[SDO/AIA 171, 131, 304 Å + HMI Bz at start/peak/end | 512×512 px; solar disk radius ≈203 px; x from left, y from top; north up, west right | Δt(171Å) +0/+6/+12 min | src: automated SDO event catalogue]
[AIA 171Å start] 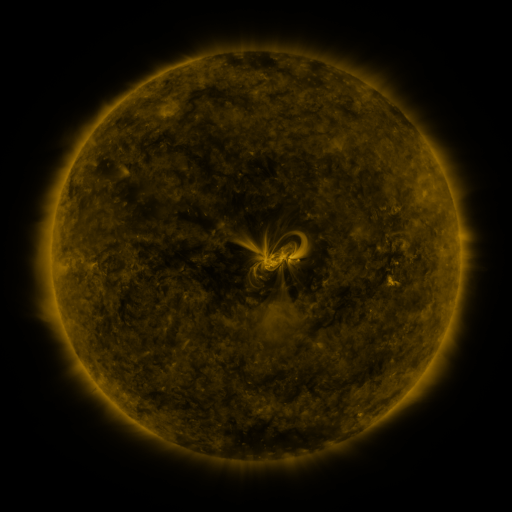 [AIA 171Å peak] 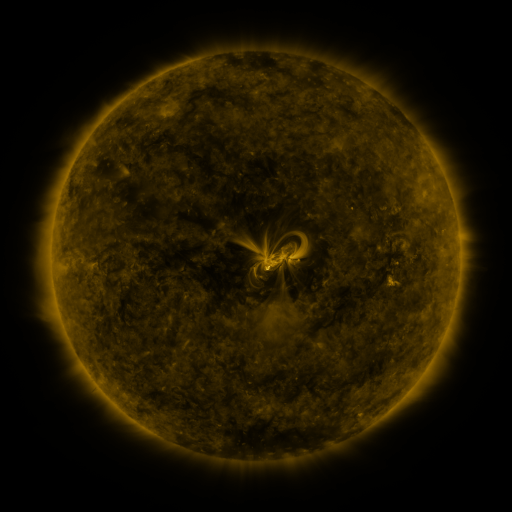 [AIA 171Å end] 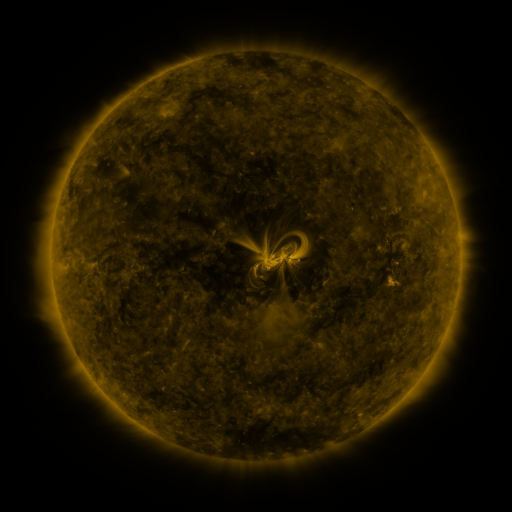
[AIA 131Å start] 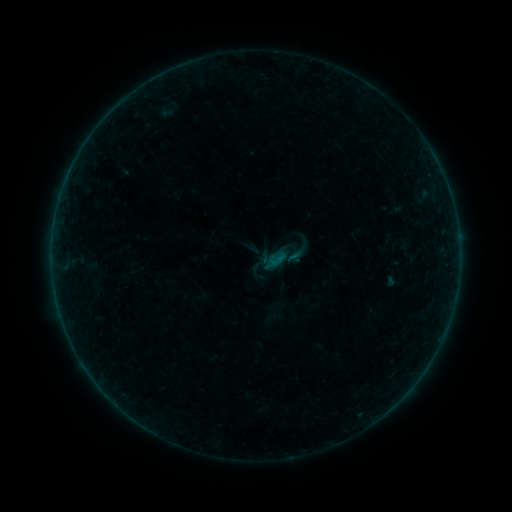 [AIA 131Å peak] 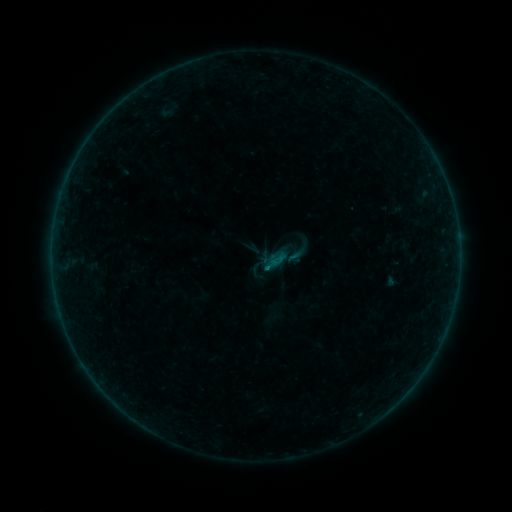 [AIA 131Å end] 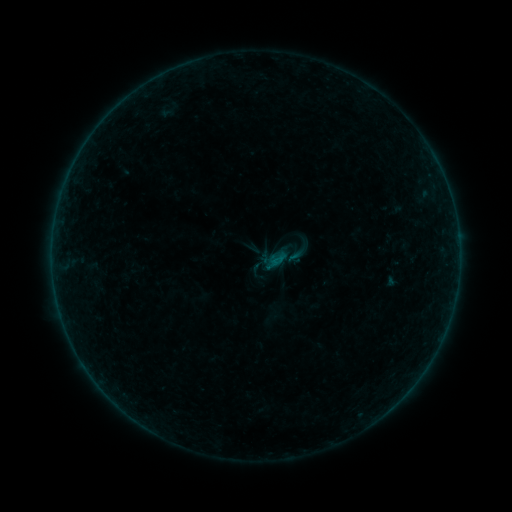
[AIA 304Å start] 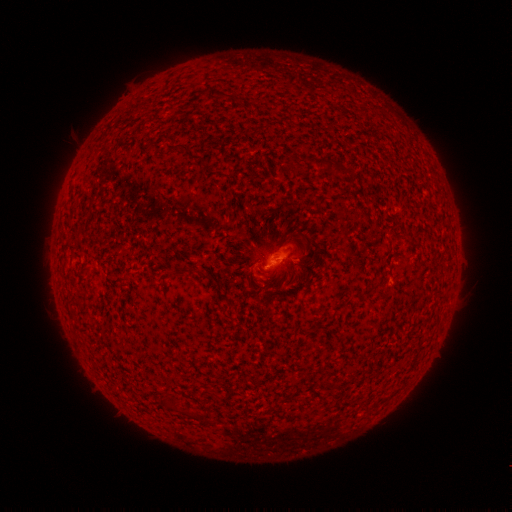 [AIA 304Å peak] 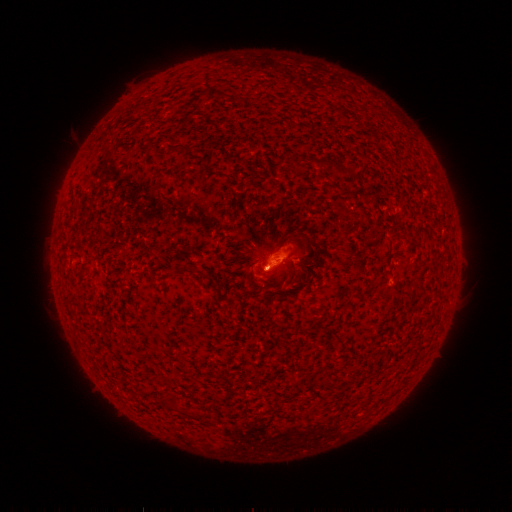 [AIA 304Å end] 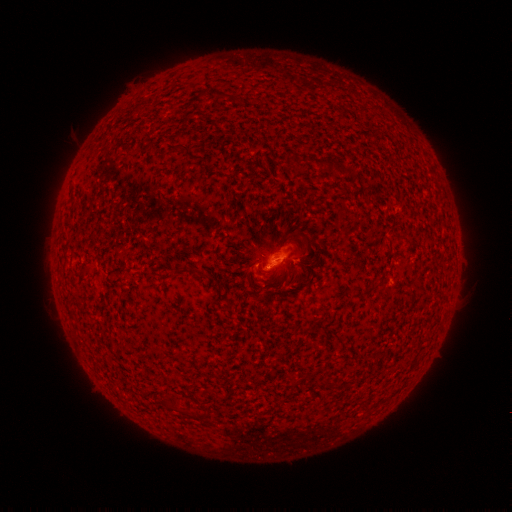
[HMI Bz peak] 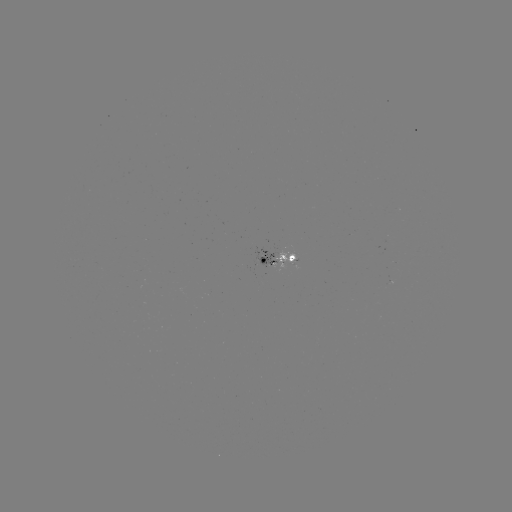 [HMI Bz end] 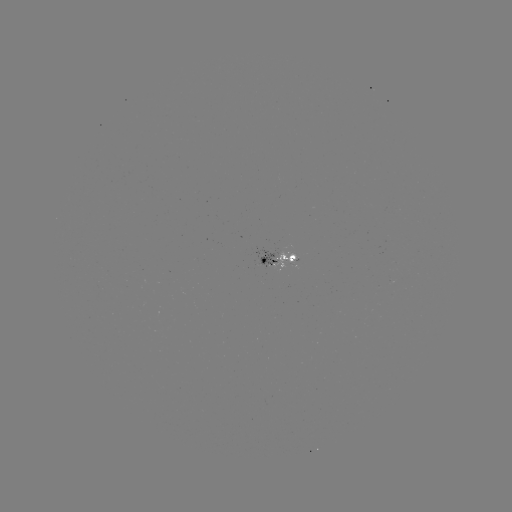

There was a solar flare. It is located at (266, 267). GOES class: B1.2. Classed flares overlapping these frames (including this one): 1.